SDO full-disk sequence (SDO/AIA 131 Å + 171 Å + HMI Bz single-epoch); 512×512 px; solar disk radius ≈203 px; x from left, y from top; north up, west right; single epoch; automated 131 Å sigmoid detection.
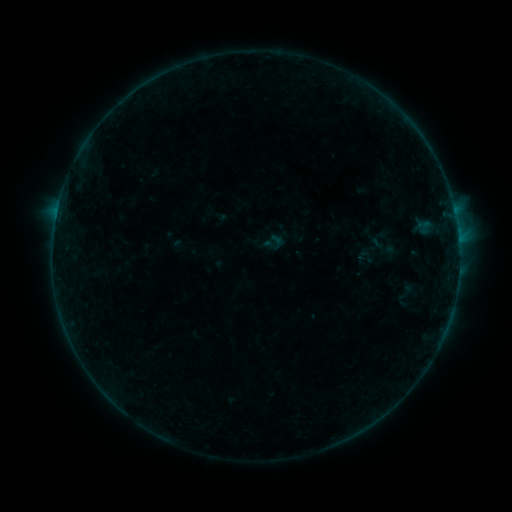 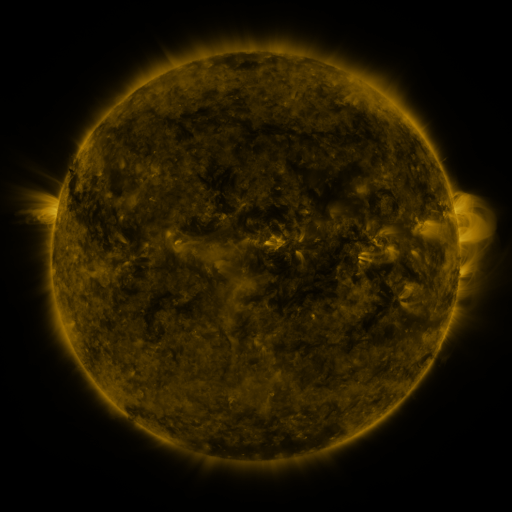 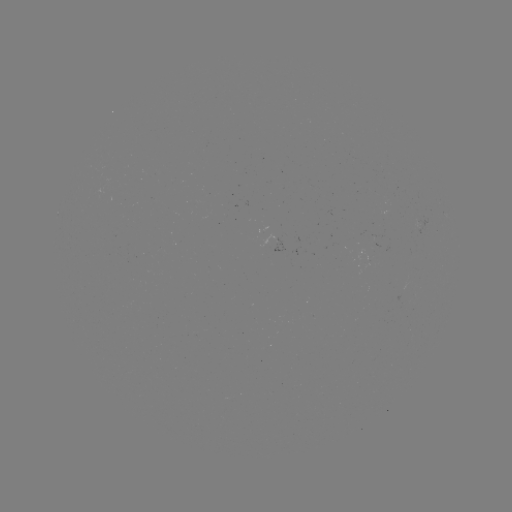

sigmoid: <bbox>395, 281, 416, 302</bbox>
